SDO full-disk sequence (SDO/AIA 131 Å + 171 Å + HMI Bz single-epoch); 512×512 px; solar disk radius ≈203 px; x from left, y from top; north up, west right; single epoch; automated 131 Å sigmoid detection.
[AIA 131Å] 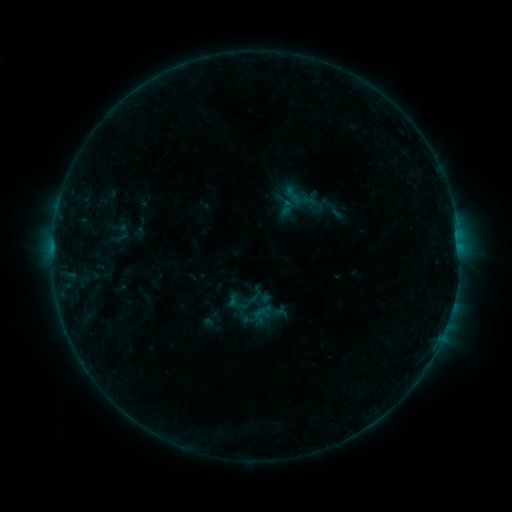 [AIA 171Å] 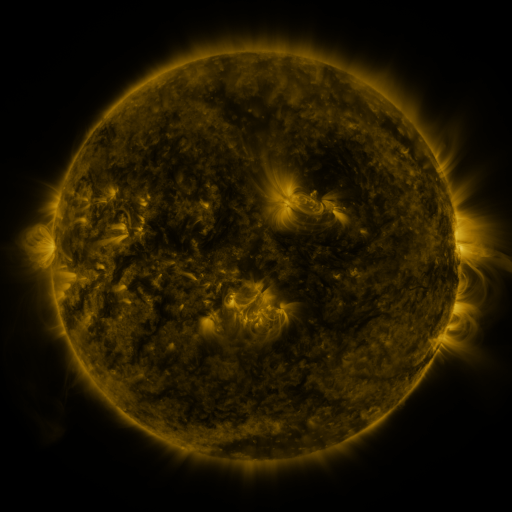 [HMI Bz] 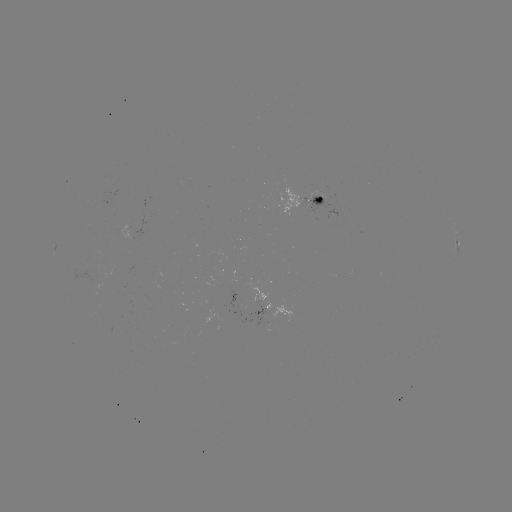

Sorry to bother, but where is sigmoid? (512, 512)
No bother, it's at (243, 300).